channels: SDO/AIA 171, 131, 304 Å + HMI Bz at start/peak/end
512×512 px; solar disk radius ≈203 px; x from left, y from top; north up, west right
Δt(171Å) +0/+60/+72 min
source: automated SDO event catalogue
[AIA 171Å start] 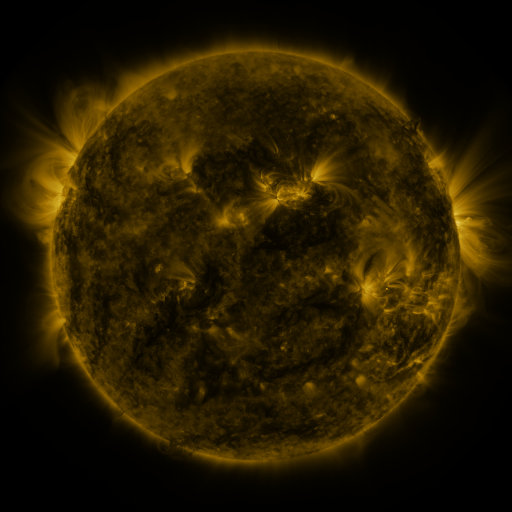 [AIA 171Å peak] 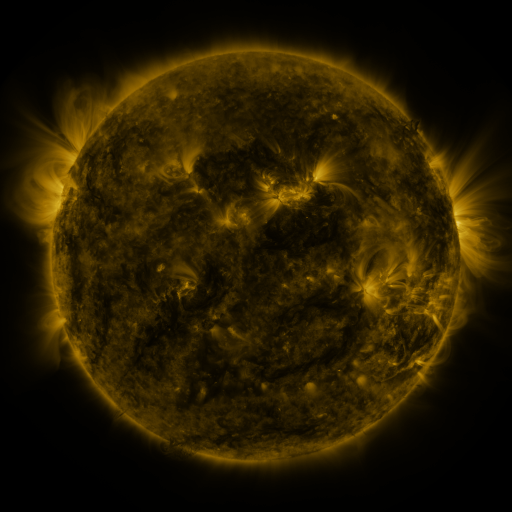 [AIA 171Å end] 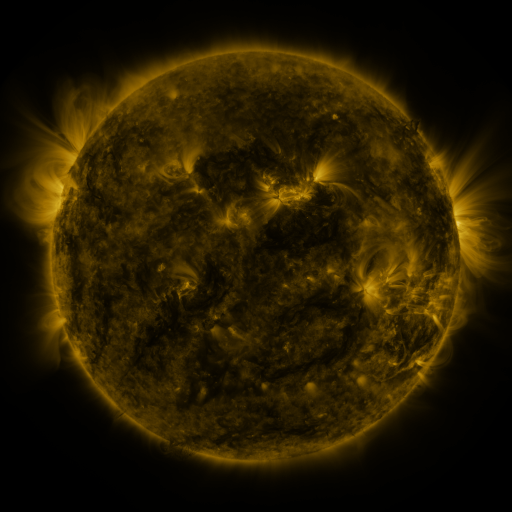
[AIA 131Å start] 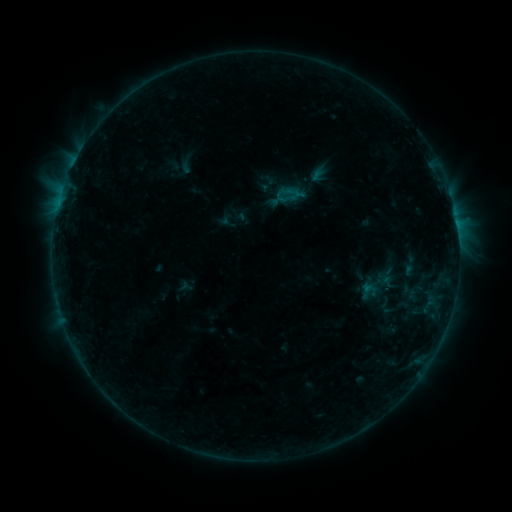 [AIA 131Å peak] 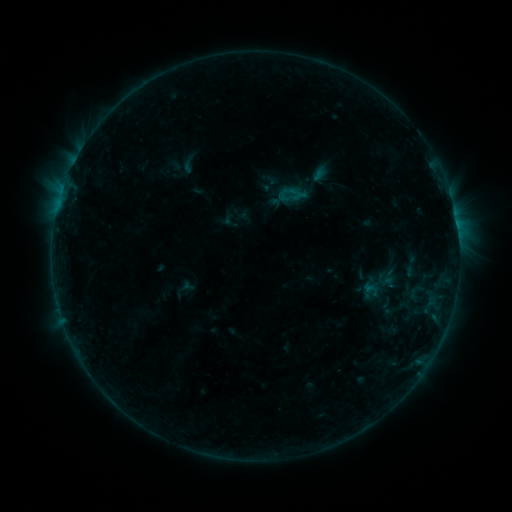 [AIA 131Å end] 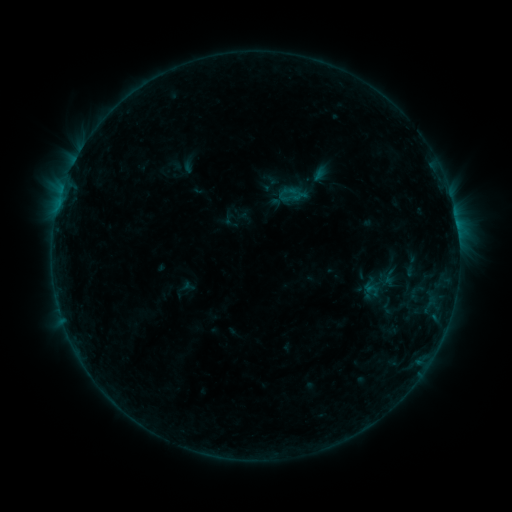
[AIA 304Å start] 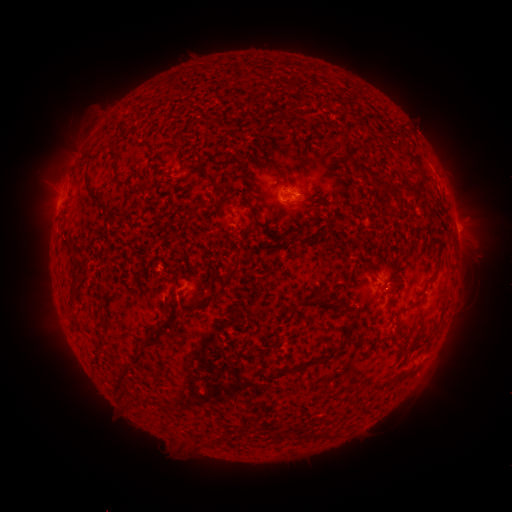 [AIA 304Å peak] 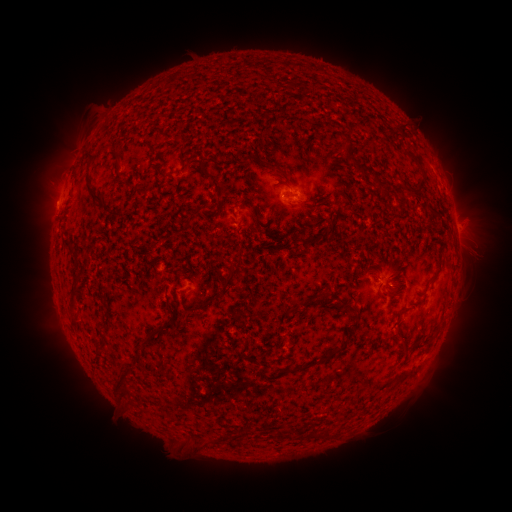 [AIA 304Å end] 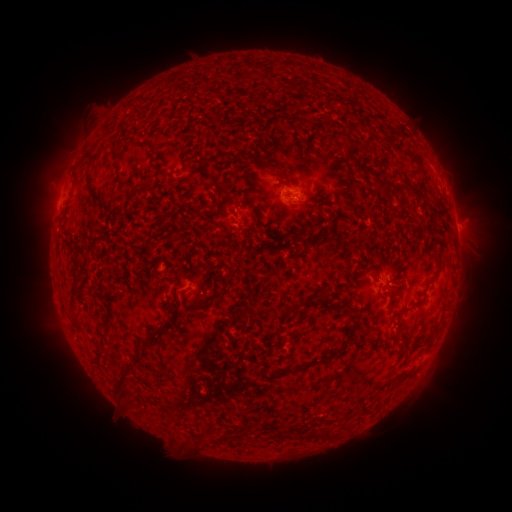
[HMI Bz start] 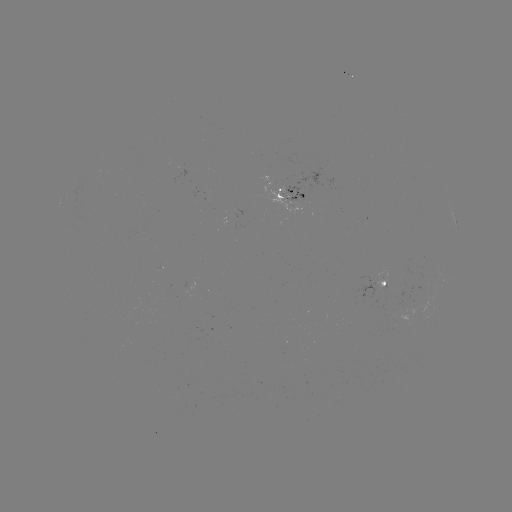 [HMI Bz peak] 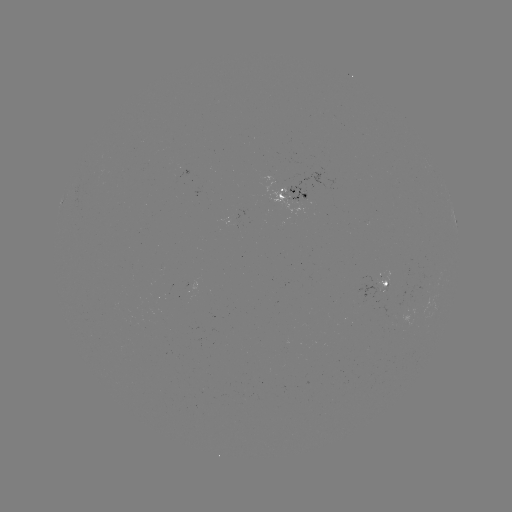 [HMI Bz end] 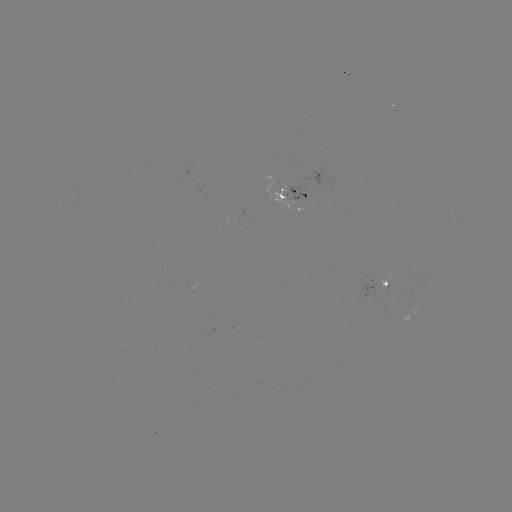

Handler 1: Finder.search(emerging-flux region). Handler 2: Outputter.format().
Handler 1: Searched emerging-flux region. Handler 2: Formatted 382,281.